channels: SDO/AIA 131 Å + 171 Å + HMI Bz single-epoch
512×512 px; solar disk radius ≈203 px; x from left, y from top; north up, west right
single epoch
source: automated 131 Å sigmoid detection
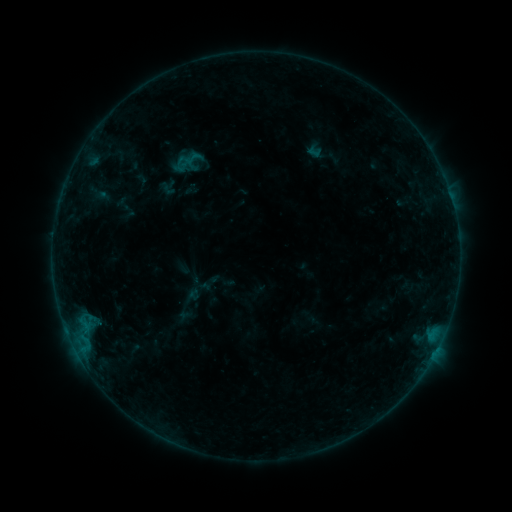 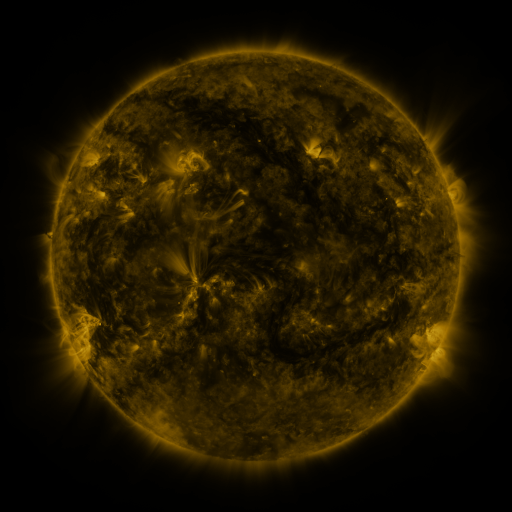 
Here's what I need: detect sigmoid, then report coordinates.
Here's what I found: sigmoid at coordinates (192, 158).